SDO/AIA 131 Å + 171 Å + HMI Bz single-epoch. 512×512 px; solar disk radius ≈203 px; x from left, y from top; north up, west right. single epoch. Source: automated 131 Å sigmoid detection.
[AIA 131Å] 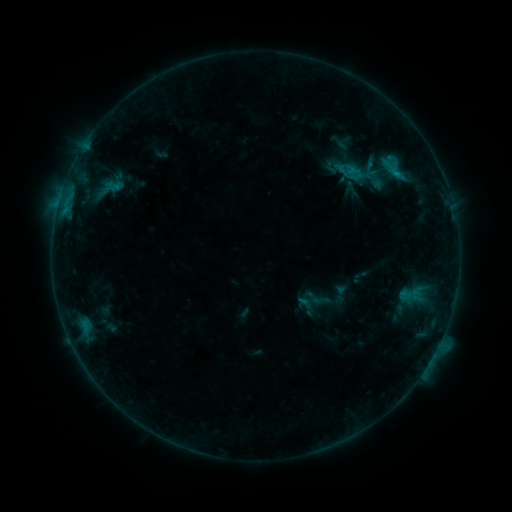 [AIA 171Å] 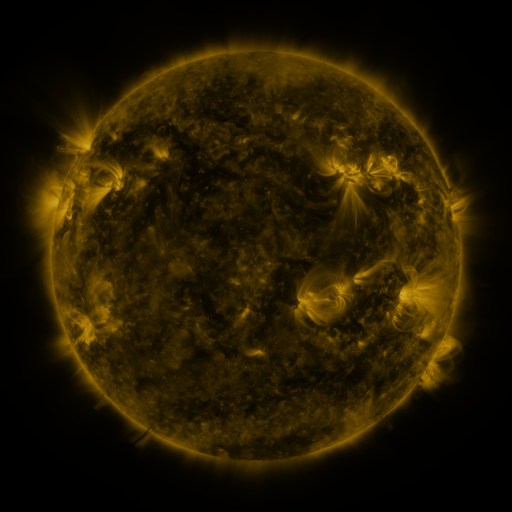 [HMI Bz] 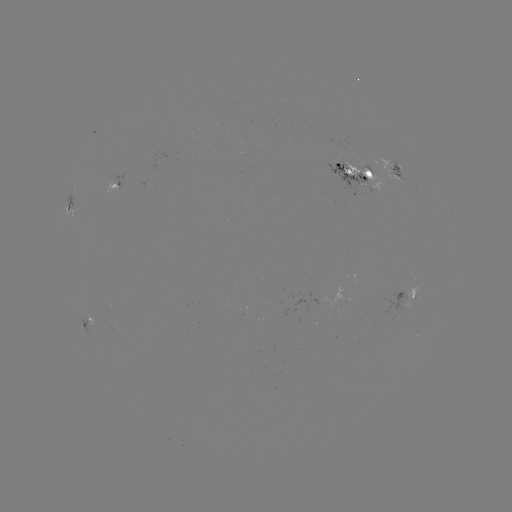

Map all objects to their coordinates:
sigmoid: (341, 293)
sigmoid: (305, 303)
